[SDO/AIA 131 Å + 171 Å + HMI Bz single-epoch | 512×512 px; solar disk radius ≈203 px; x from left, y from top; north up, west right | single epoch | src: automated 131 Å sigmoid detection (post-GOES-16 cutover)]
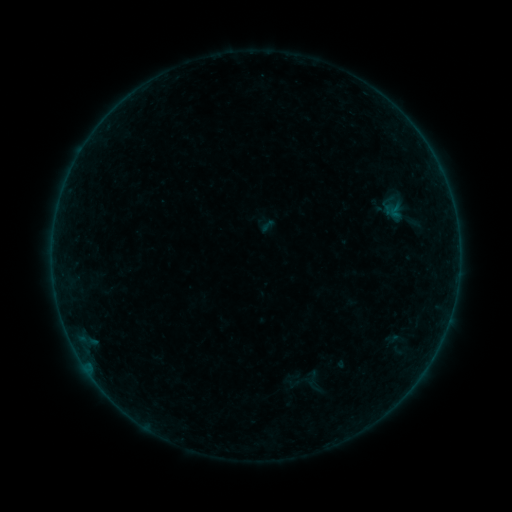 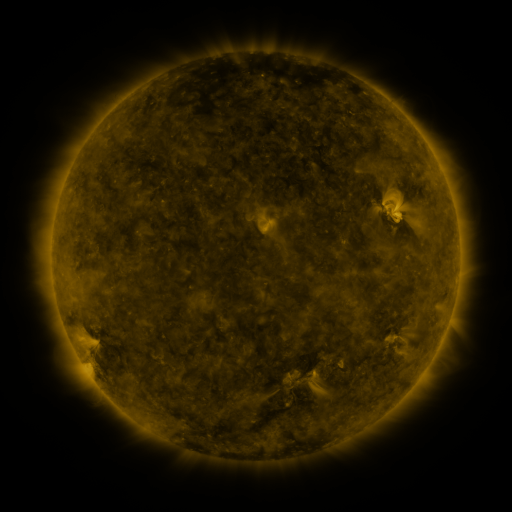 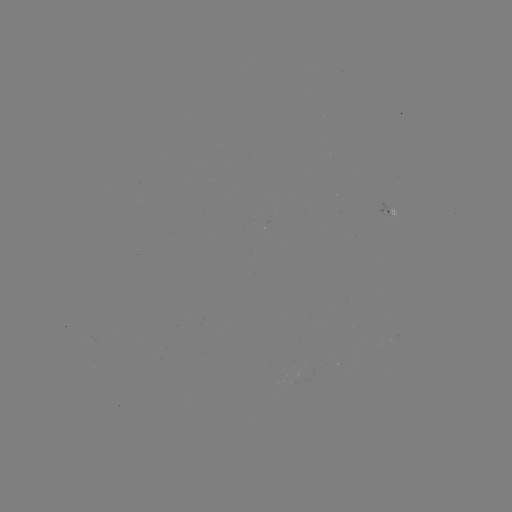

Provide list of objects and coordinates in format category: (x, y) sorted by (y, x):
sigmoid: (313, 381)
